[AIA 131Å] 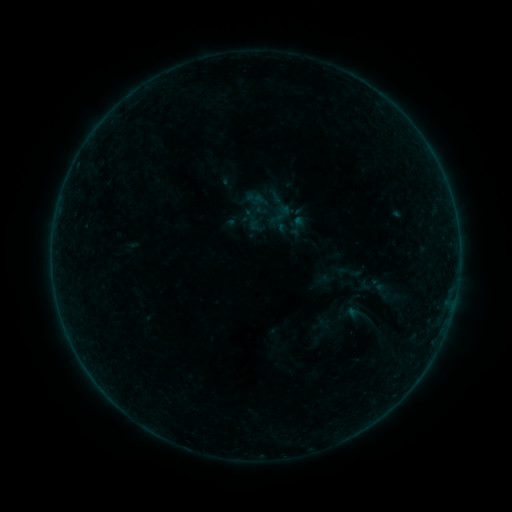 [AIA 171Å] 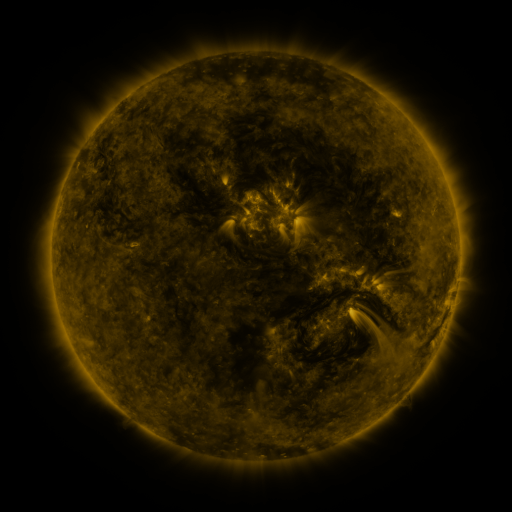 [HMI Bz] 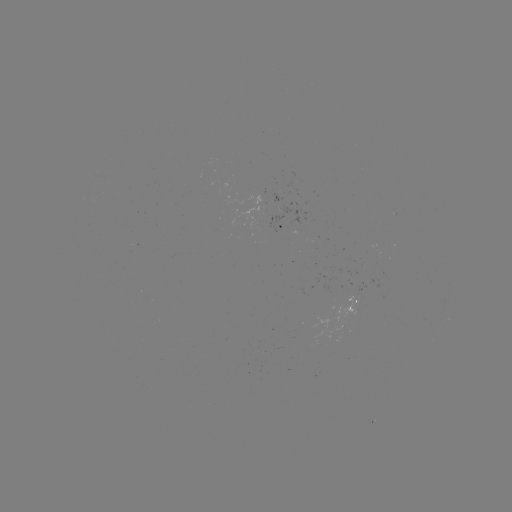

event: sigmoid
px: (348, 272)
